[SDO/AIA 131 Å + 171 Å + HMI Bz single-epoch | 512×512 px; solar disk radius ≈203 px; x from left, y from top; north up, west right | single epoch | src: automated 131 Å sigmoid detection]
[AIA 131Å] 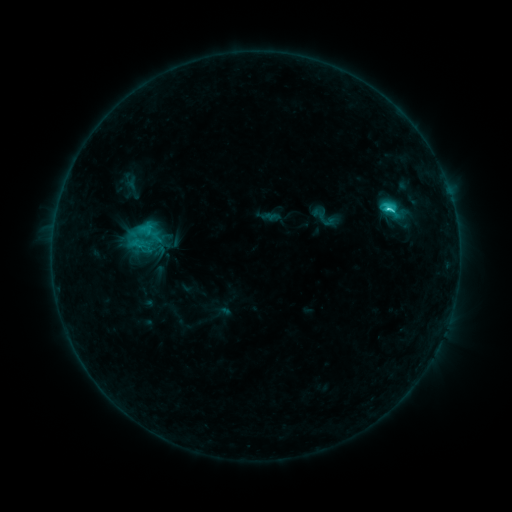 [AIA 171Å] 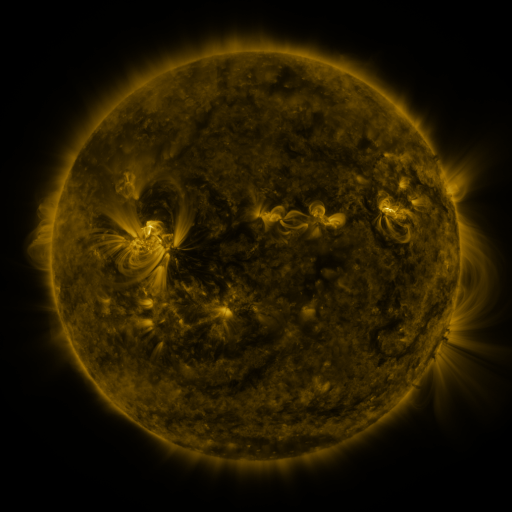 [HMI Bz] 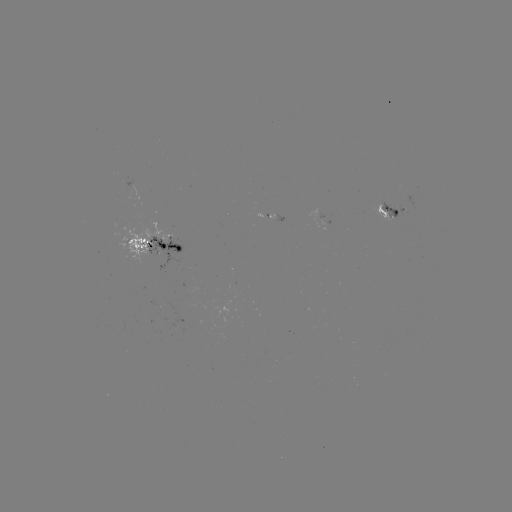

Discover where sigmoid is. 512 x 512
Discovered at (141, 234).